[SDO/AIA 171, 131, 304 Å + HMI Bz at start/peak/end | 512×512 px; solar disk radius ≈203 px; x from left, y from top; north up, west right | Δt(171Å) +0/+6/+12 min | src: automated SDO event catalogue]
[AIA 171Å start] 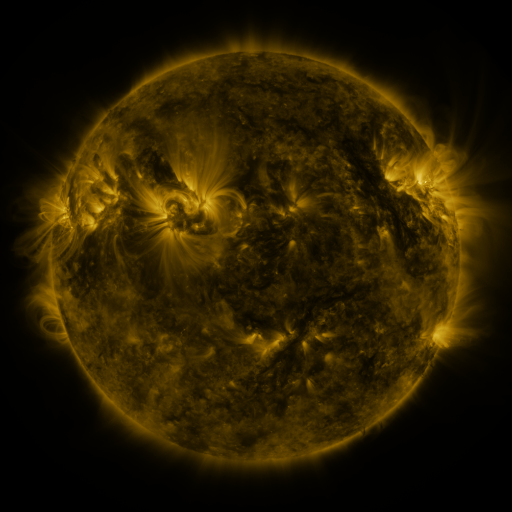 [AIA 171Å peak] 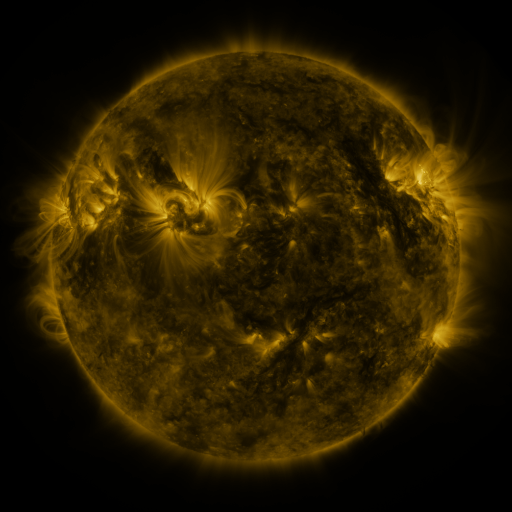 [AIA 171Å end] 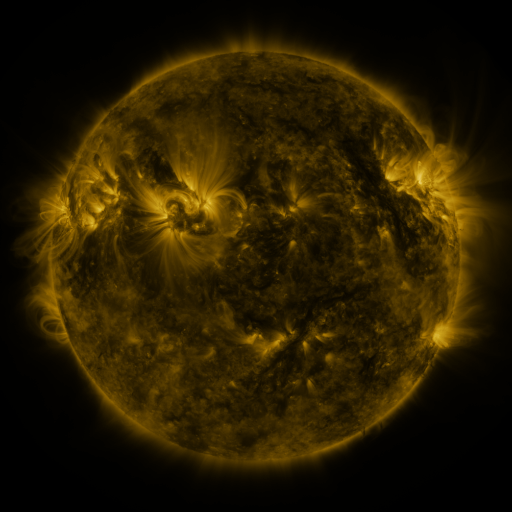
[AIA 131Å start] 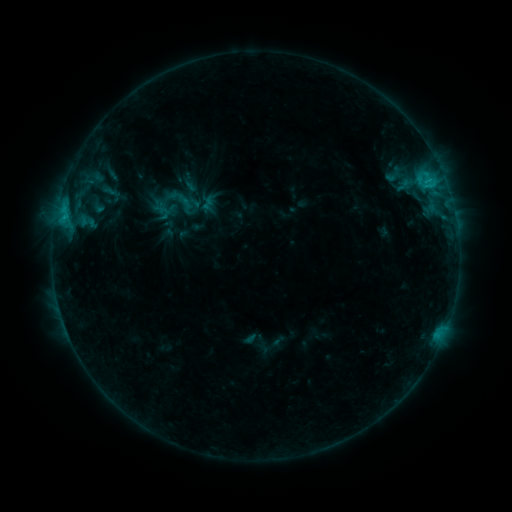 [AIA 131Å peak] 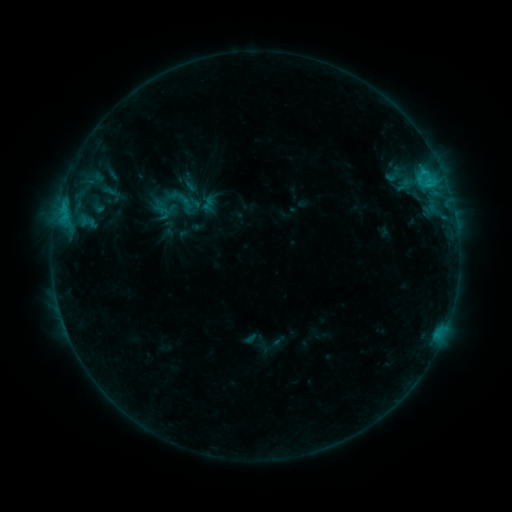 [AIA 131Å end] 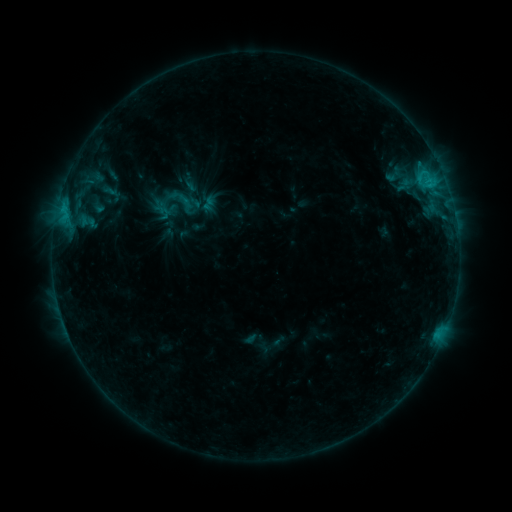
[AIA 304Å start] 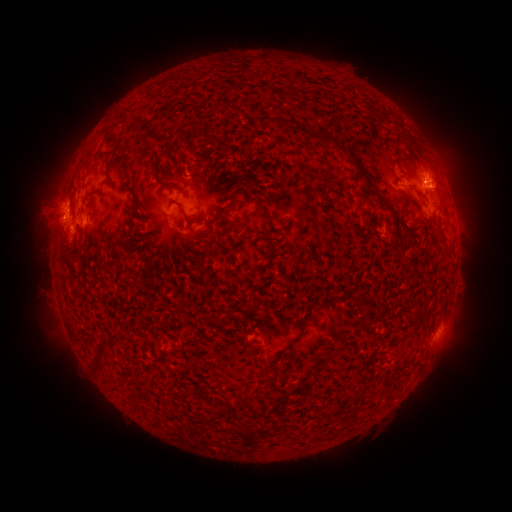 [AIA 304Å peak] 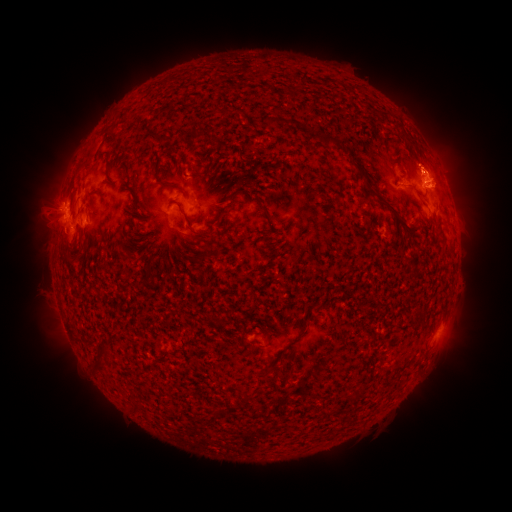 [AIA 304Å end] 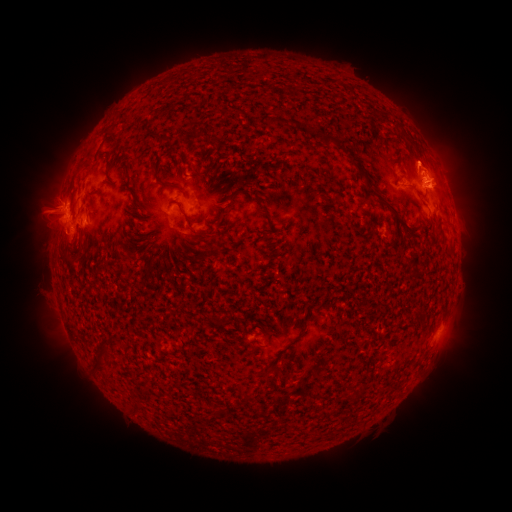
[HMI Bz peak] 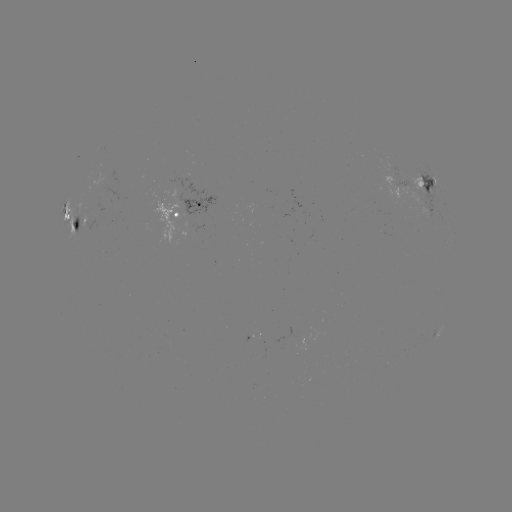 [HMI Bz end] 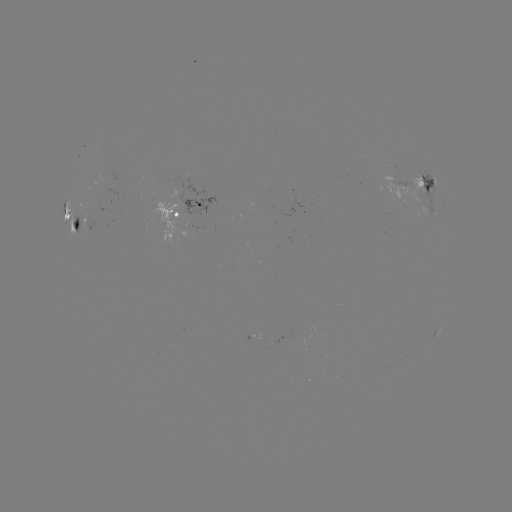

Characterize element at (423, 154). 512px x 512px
eruption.